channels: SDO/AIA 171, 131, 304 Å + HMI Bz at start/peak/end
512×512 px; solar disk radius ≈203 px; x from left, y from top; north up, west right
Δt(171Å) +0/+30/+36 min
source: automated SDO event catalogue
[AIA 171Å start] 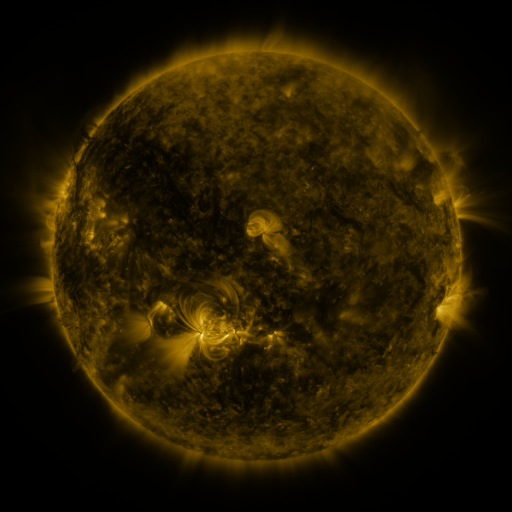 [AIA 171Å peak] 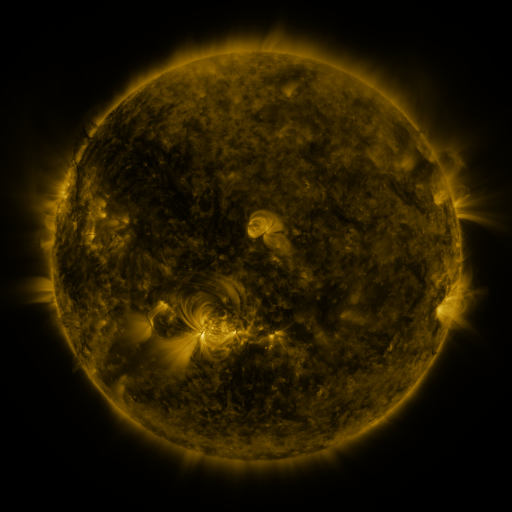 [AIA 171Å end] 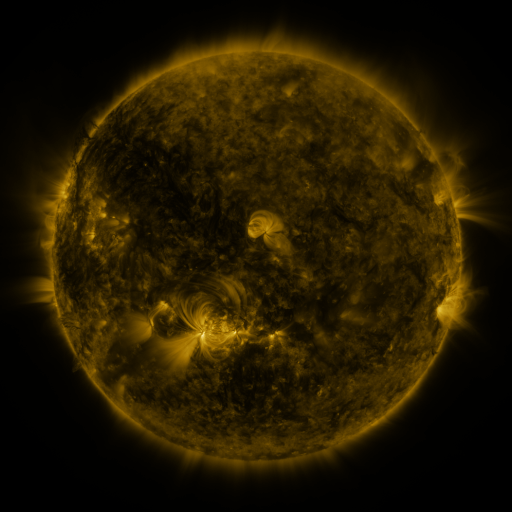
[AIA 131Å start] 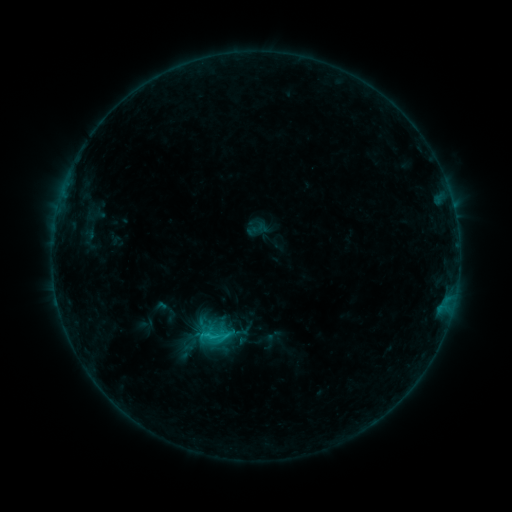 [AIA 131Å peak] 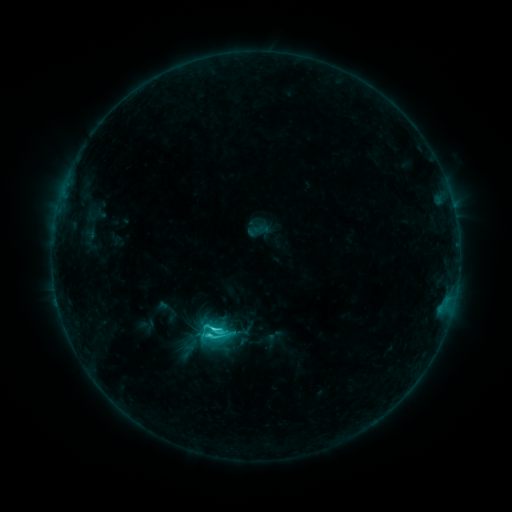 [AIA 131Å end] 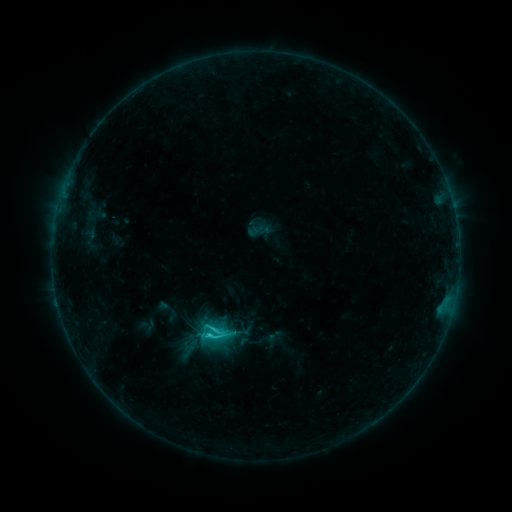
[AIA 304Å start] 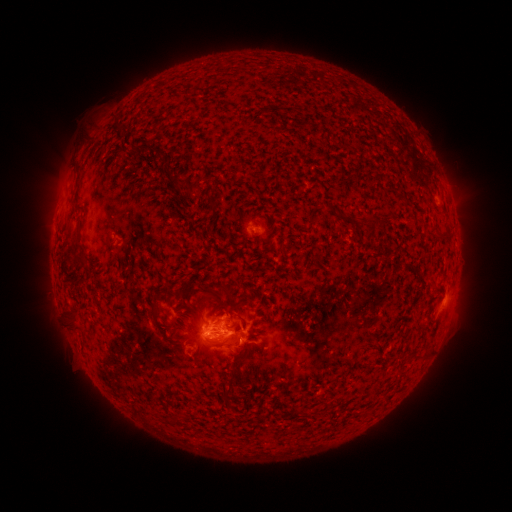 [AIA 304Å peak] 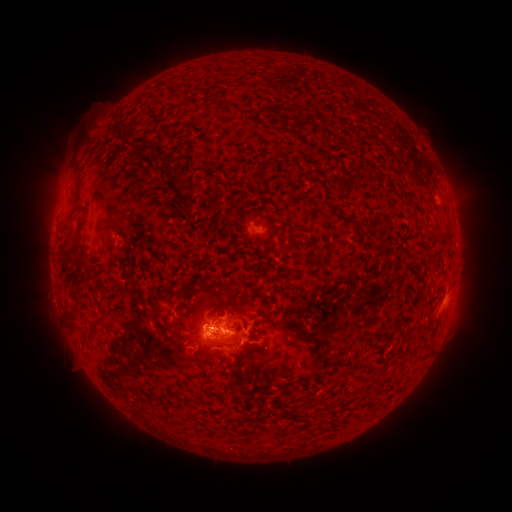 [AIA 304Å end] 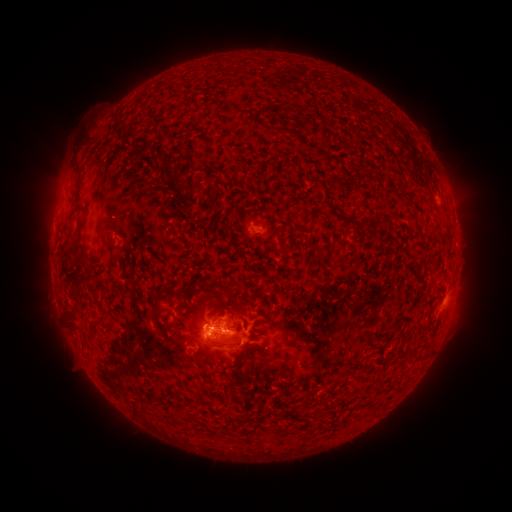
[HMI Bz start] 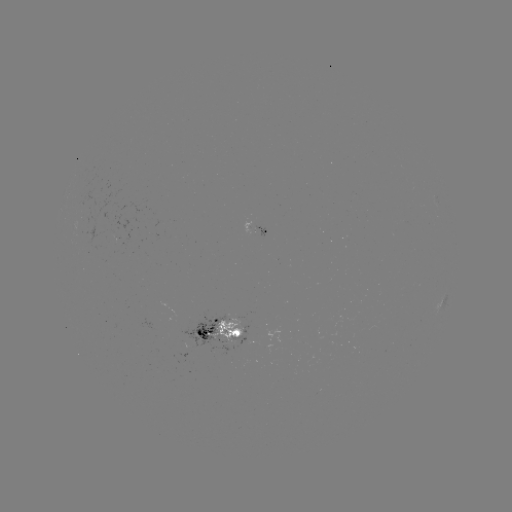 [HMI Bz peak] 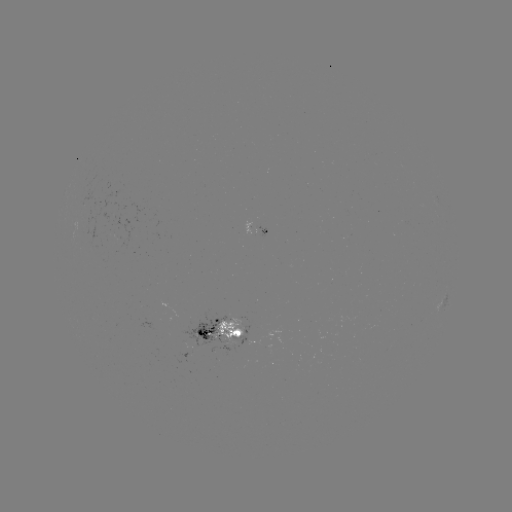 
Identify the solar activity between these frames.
C2.7 flare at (214, 328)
